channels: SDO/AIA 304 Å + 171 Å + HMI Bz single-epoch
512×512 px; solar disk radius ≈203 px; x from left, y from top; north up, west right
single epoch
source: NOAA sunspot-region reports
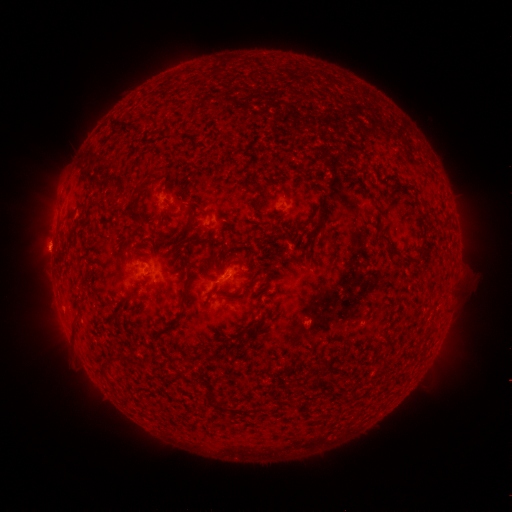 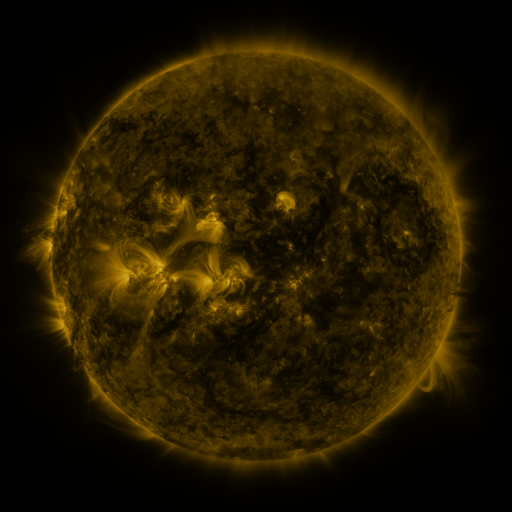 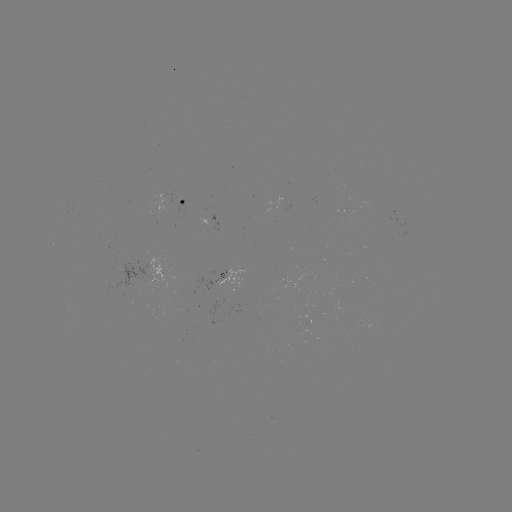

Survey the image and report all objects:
spotted active region: (191, 202)
spotted active region: (234, 279)
